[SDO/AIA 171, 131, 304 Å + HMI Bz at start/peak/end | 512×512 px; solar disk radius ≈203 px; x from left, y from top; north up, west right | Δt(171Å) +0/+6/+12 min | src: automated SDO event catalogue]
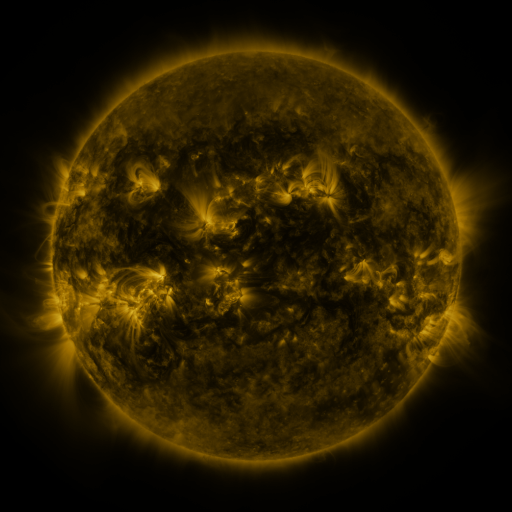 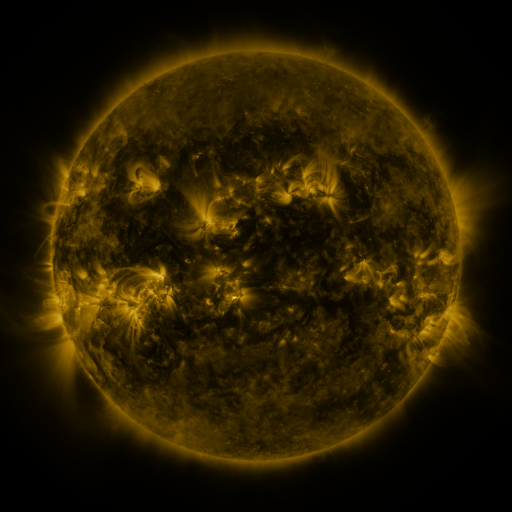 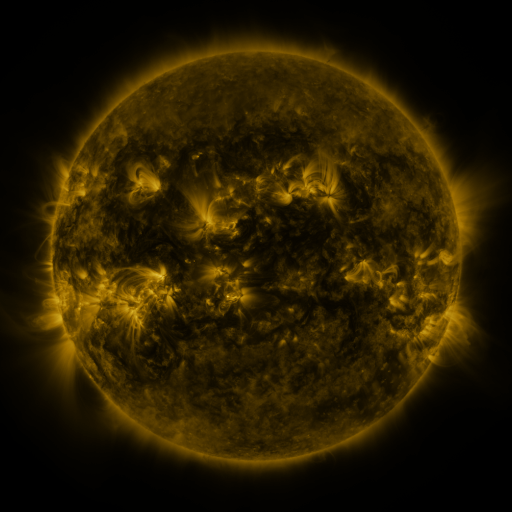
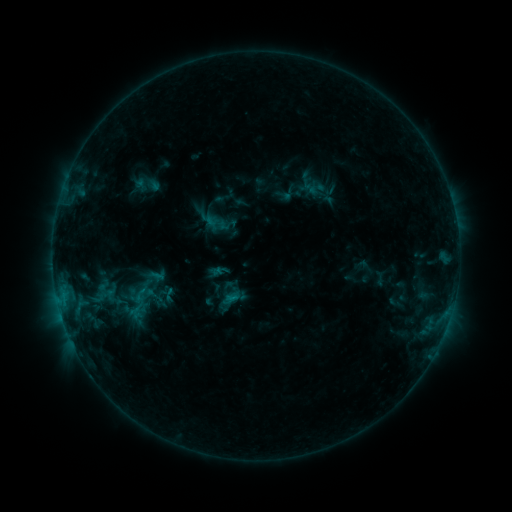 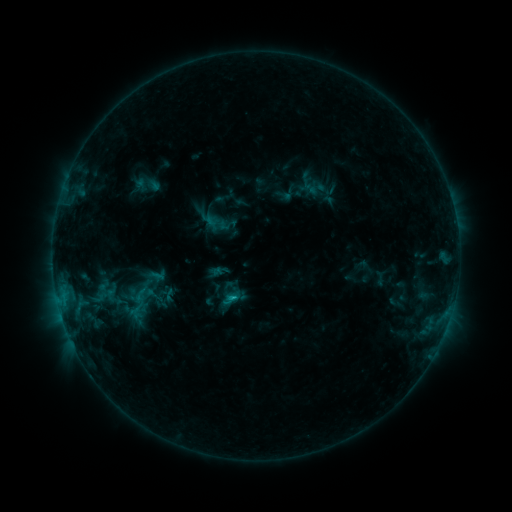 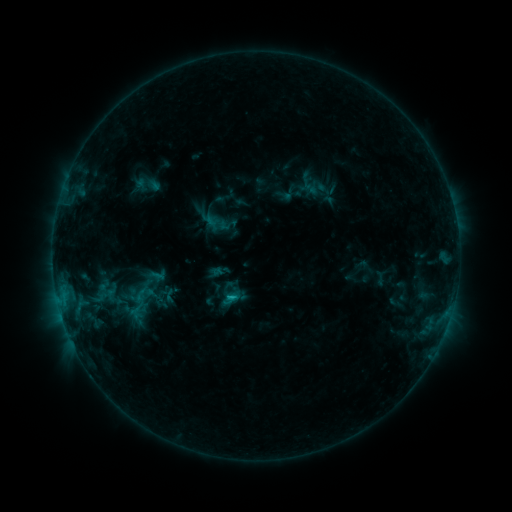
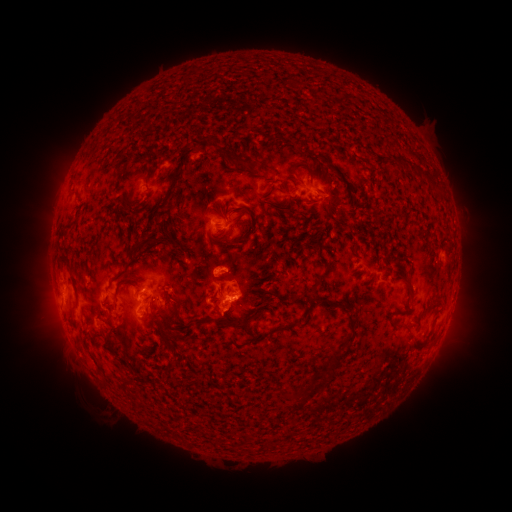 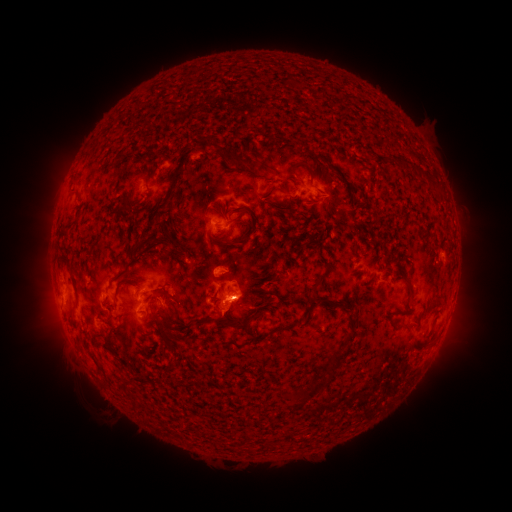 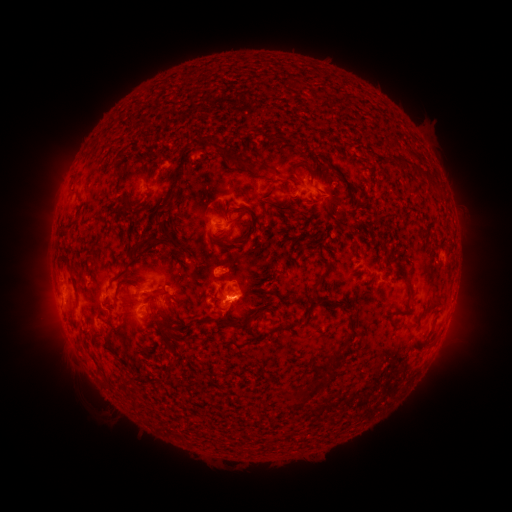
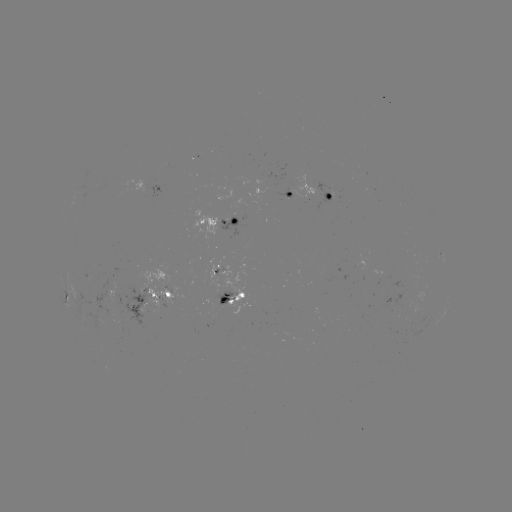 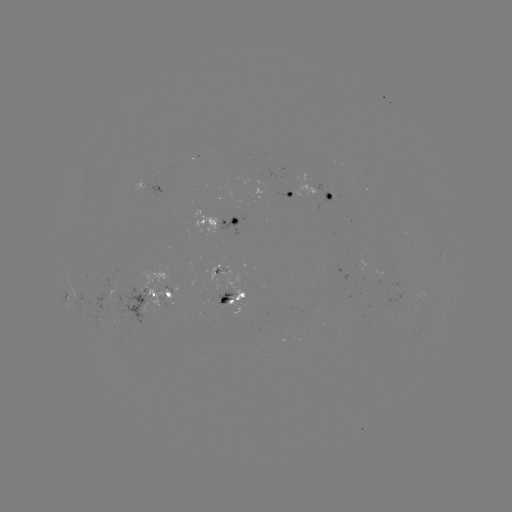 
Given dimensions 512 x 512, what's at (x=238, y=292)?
B9.0 flare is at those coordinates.